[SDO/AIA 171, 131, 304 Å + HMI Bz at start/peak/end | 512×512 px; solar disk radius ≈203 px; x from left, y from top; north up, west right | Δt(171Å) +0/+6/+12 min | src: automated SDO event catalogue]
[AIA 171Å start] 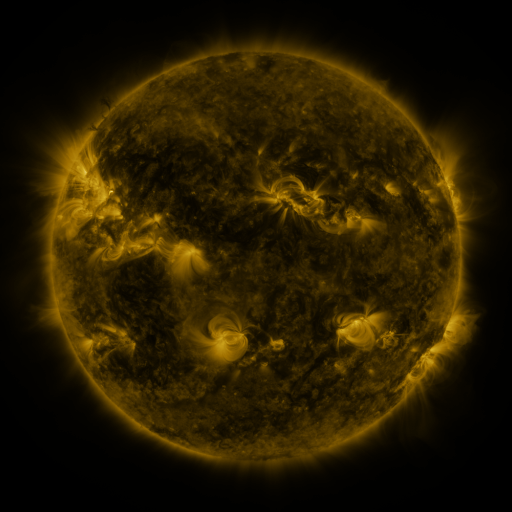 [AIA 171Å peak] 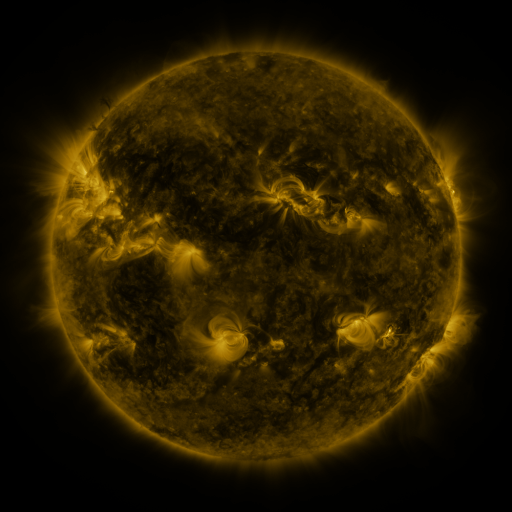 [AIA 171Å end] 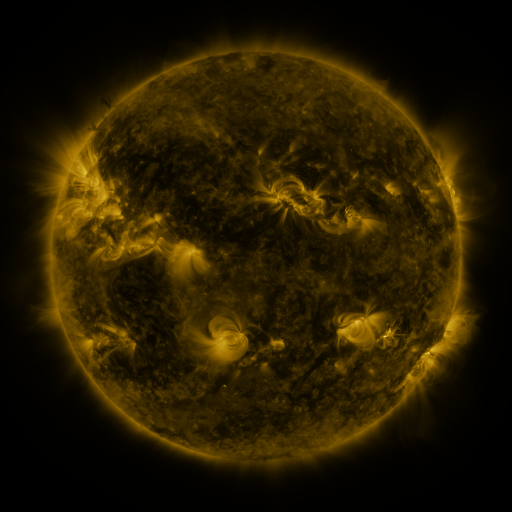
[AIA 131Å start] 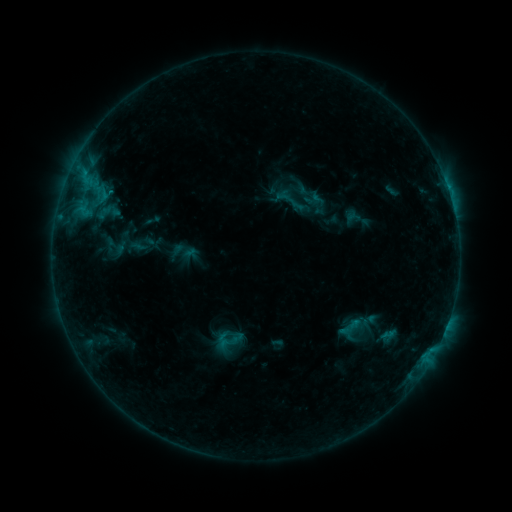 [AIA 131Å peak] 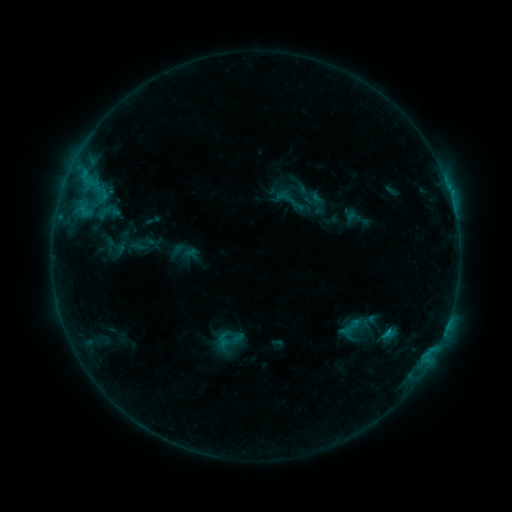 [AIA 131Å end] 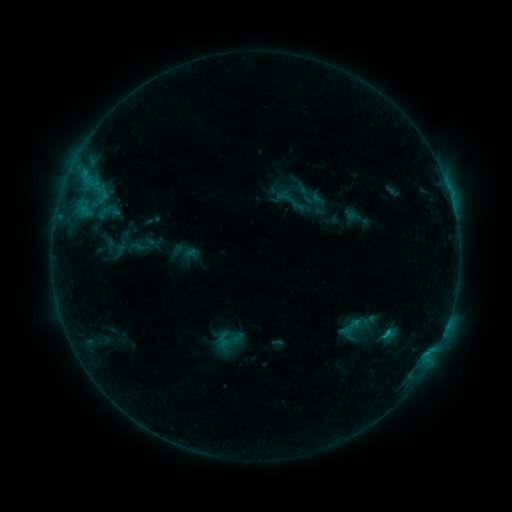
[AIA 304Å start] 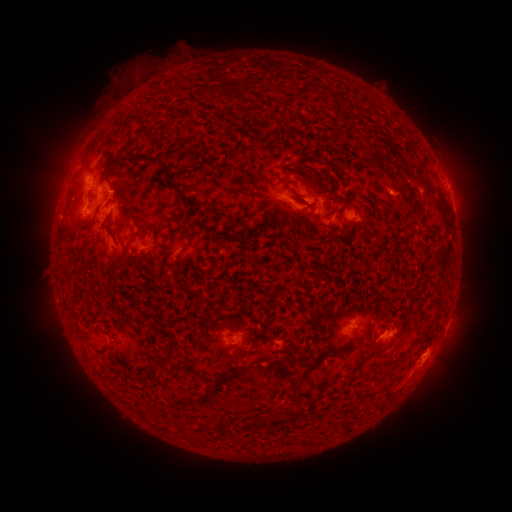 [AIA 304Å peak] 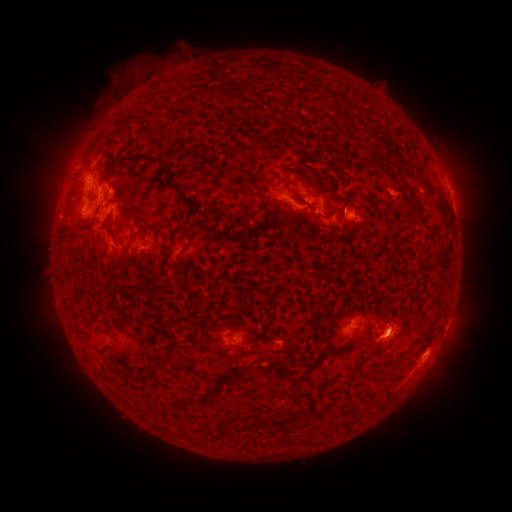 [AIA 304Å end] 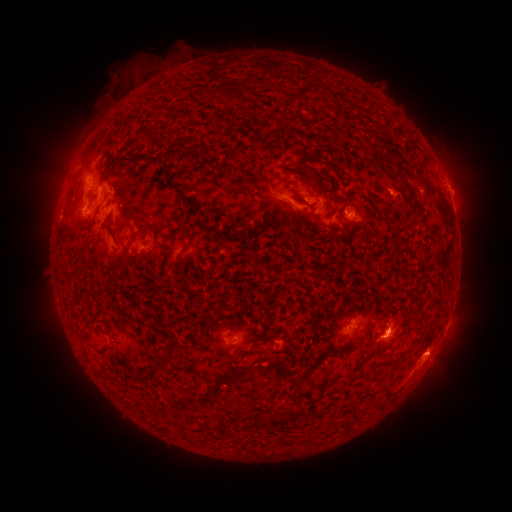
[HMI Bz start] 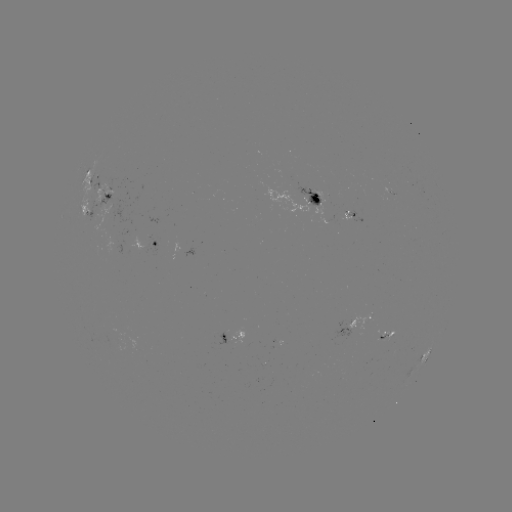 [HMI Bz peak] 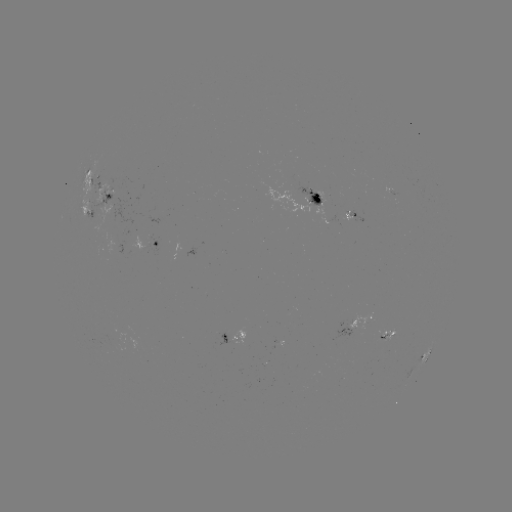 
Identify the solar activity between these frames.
eruption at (396, 329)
